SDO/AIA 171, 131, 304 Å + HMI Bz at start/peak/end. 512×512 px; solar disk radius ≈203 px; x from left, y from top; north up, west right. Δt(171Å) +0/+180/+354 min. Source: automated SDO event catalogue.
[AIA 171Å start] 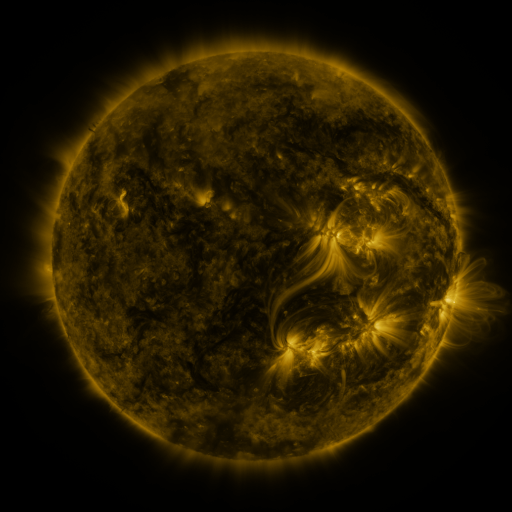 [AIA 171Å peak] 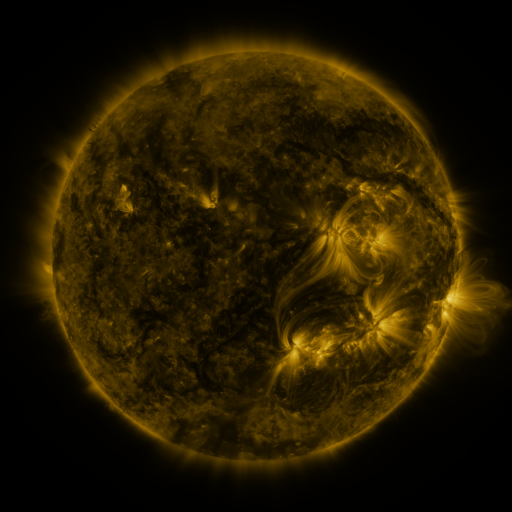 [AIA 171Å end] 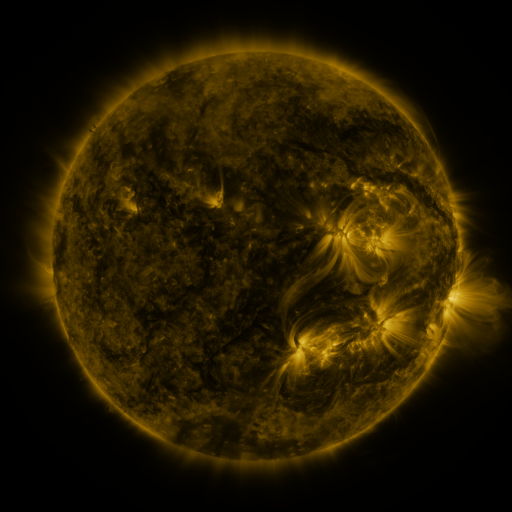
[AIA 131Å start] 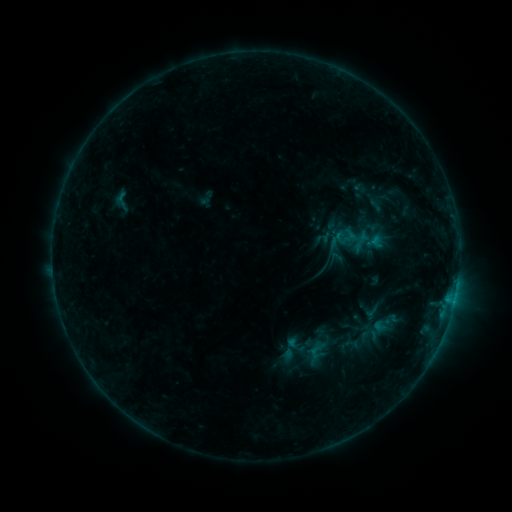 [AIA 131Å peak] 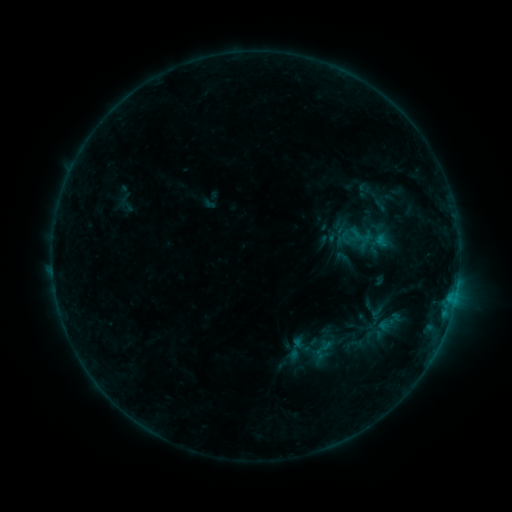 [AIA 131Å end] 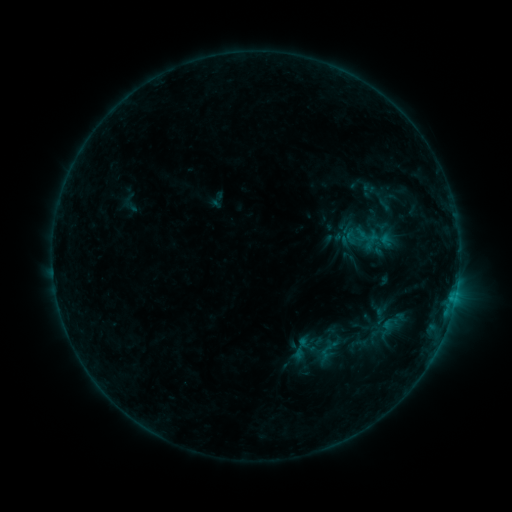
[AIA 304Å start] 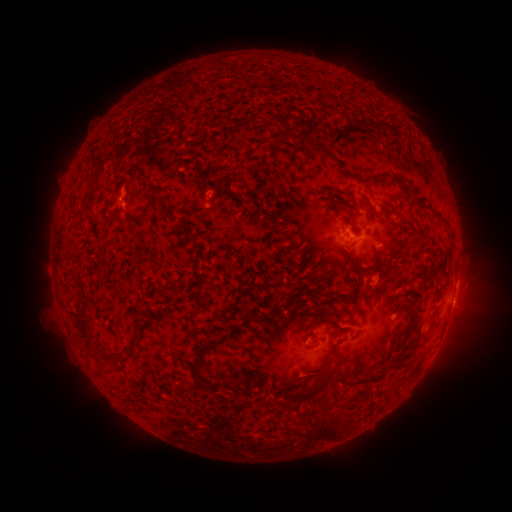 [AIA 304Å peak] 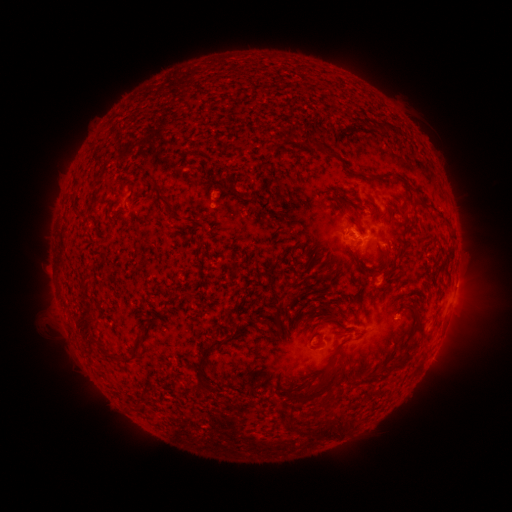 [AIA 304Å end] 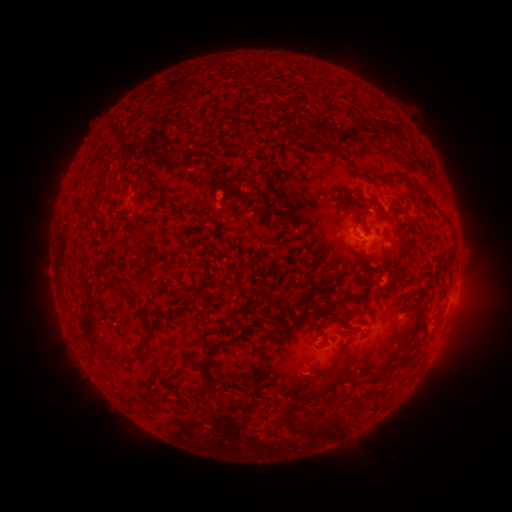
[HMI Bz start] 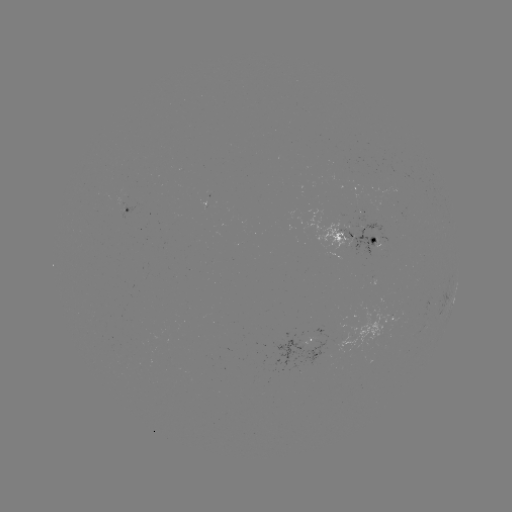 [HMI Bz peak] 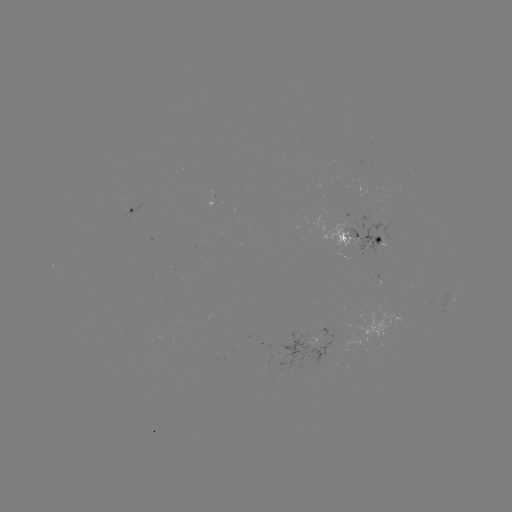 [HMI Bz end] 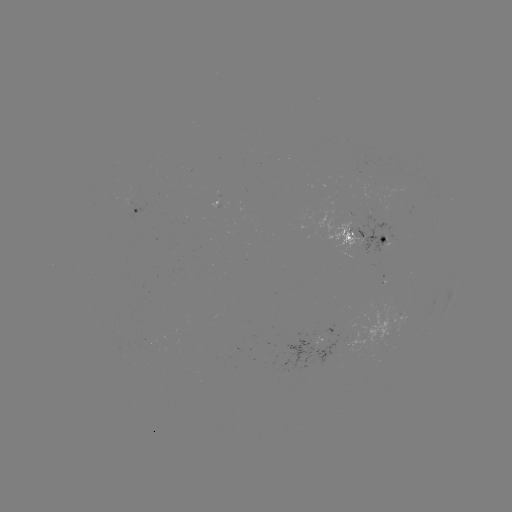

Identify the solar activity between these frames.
filament eruption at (36, 321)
